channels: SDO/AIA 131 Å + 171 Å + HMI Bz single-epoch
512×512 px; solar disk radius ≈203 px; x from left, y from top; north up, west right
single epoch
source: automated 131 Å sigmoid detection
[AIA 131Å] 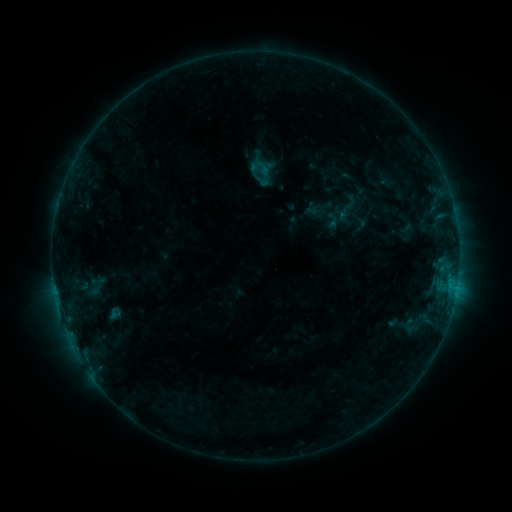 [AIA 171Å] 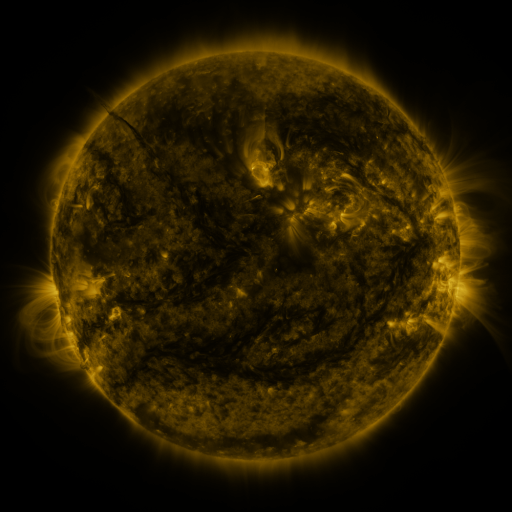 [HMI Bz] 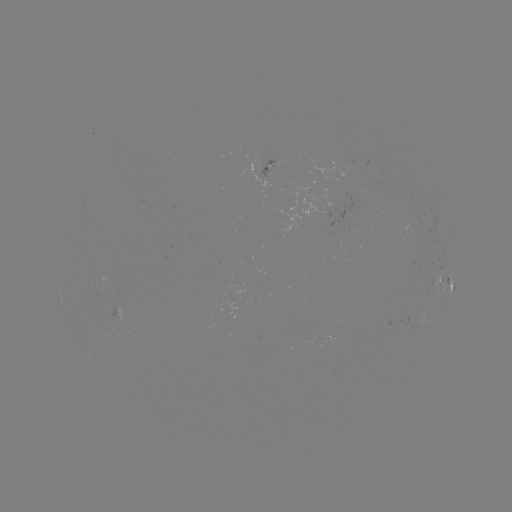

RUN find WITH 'sigmoid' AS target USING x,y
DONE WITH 260,168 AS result